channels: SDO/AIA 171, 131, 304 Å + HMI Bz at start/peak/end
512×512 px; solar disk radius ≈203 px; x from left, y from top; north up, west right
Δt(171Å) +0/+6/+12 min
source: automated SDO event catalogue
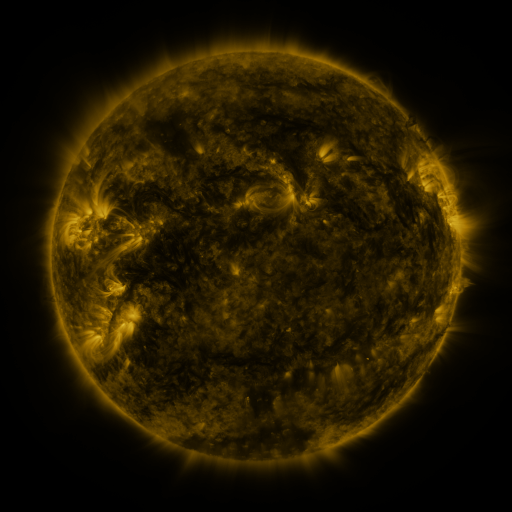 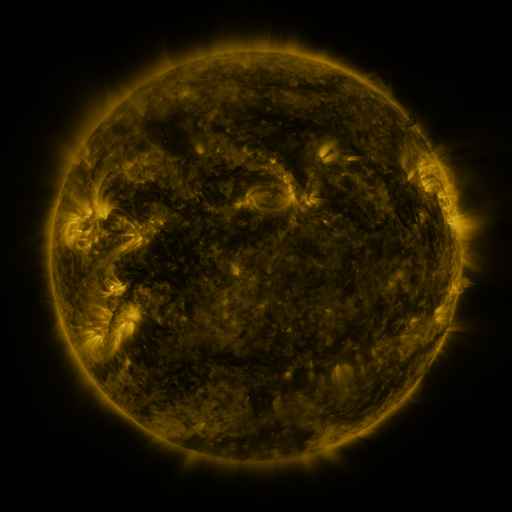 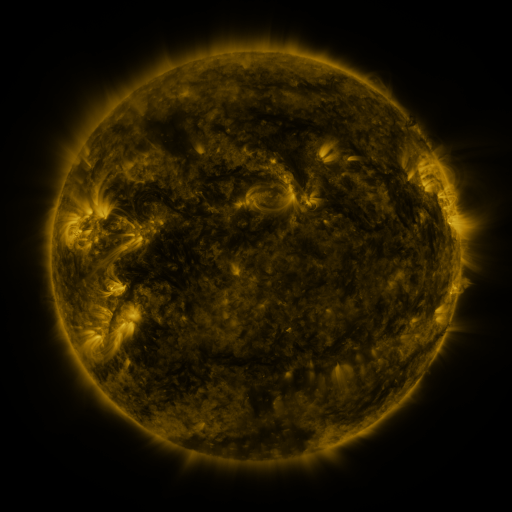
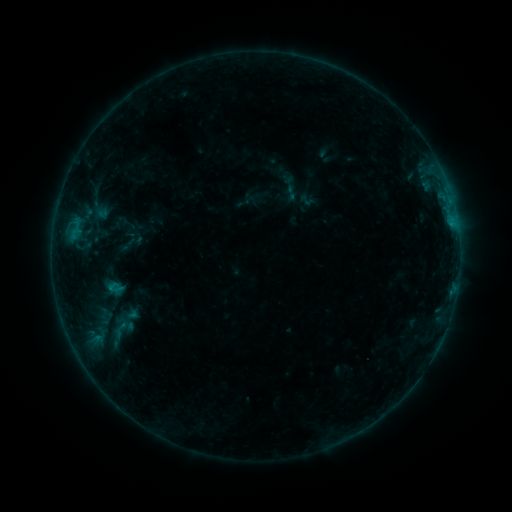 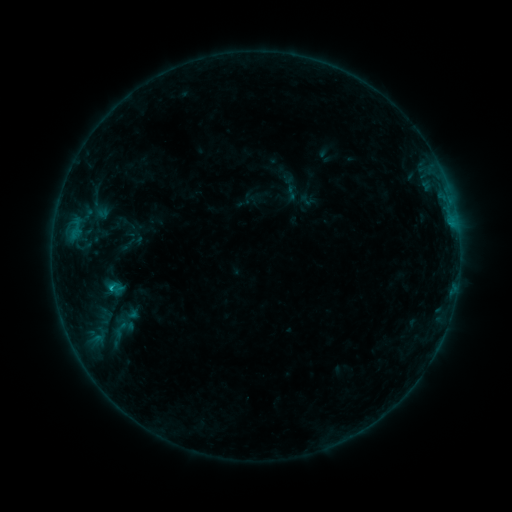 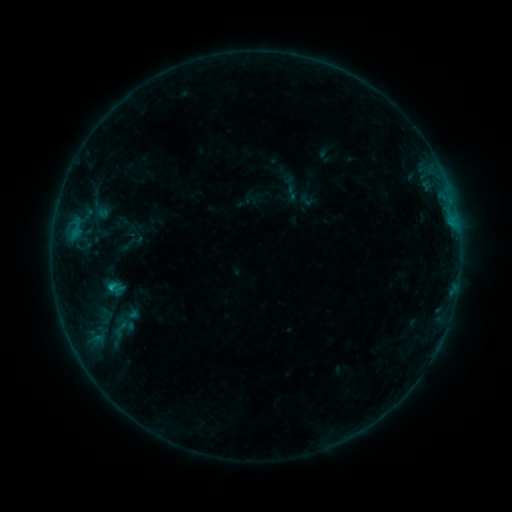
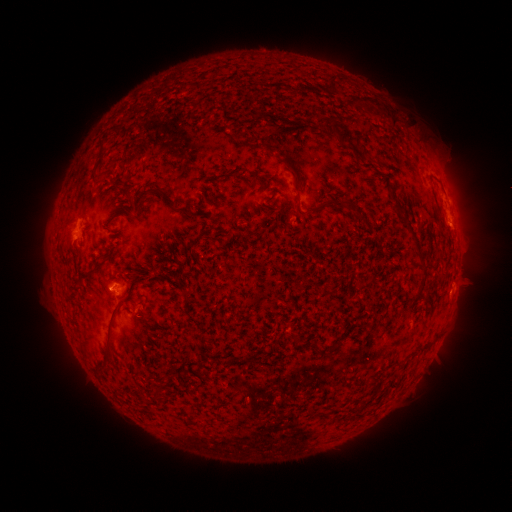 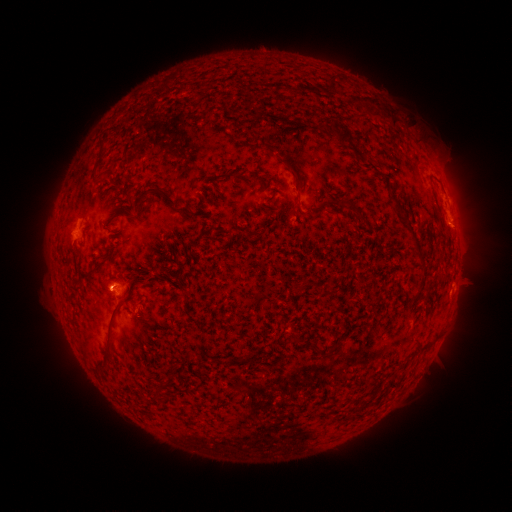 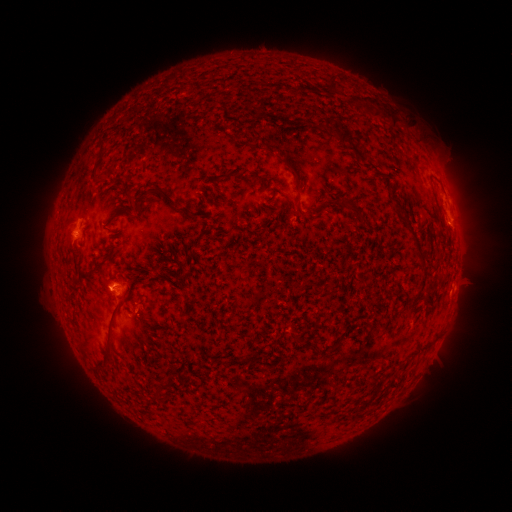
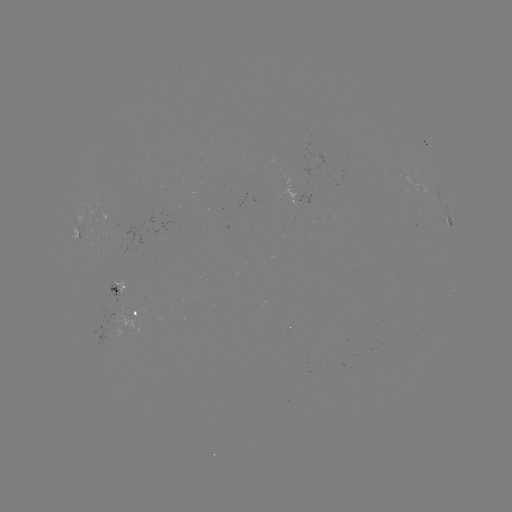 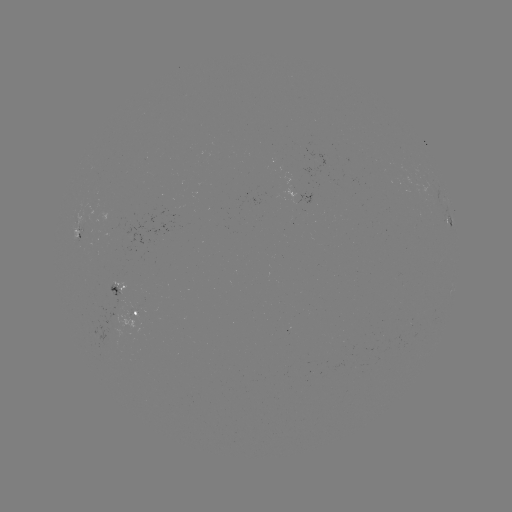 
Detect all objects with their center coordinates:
B9.6 flare: (112, 286)
